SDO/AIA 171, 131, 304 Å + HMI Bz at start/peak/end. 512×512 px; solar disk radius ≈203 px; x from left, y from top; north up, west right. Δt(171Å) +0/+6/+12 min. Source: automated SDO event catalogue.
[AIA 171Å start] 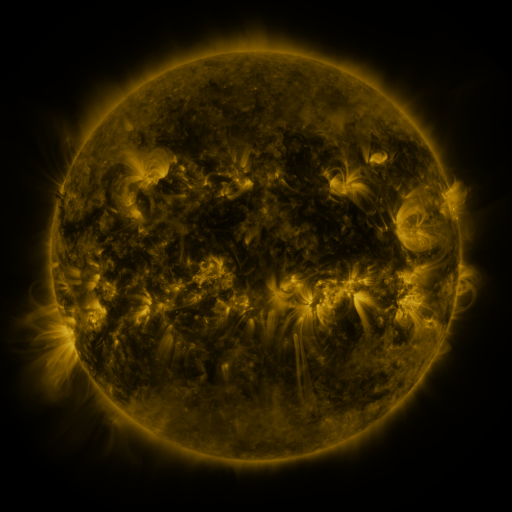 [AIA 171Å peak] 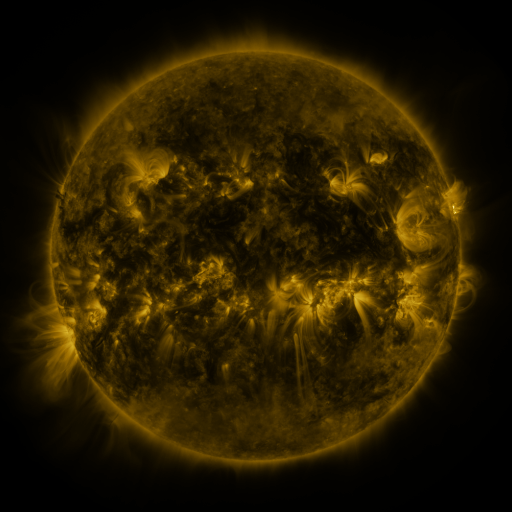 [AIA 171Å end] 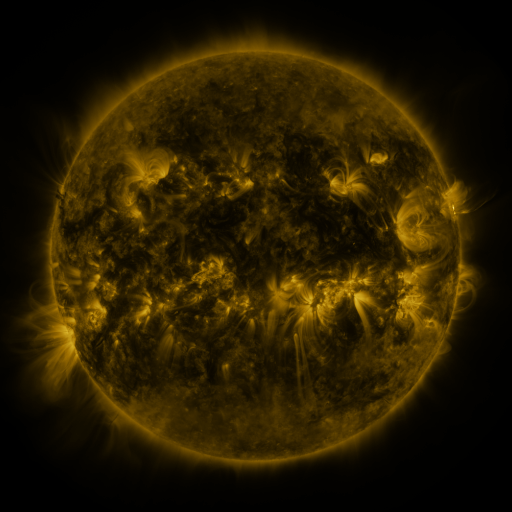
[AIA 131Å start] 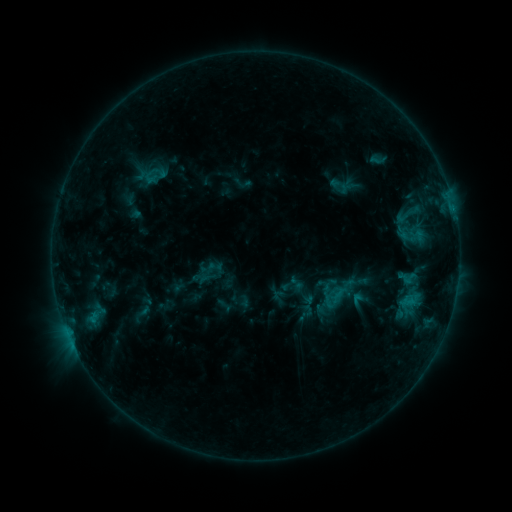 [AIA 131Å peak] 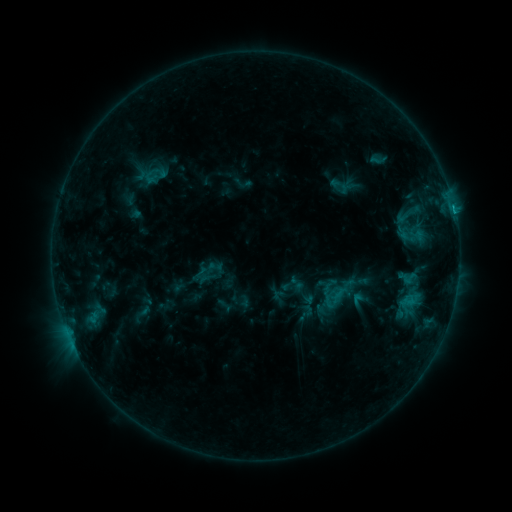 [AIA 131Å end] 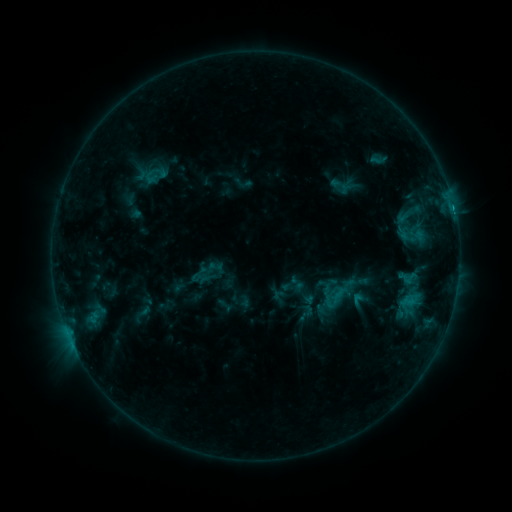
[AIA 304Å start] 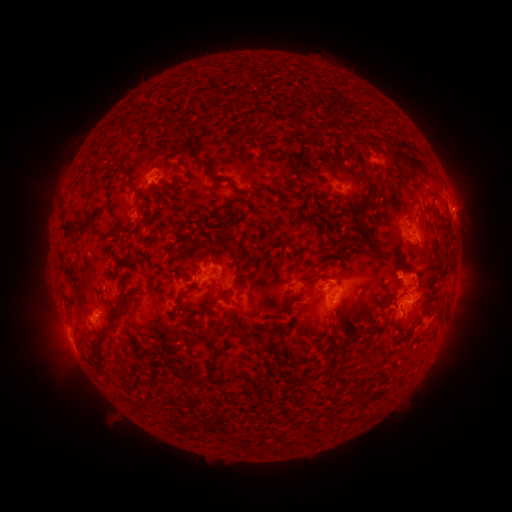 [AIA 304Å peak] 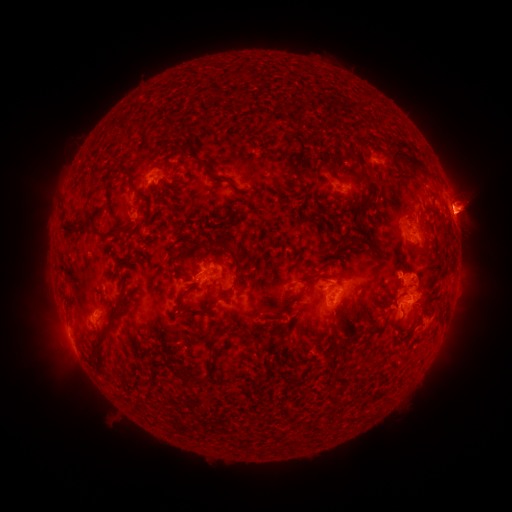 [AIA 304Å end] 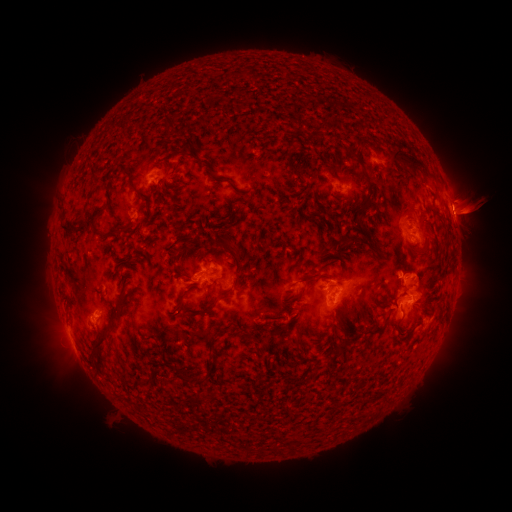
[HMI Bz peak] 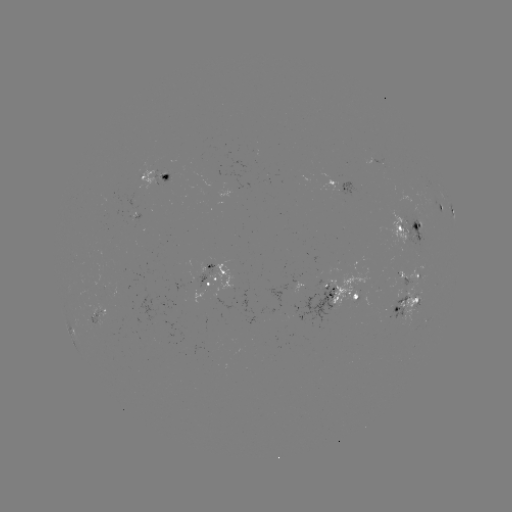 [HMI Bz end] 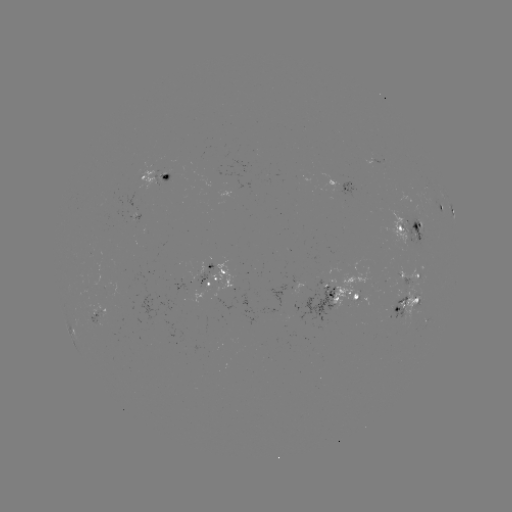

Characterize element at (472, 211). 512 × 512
eruption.